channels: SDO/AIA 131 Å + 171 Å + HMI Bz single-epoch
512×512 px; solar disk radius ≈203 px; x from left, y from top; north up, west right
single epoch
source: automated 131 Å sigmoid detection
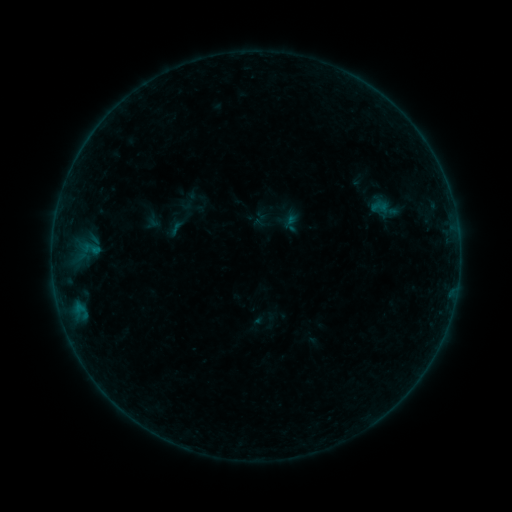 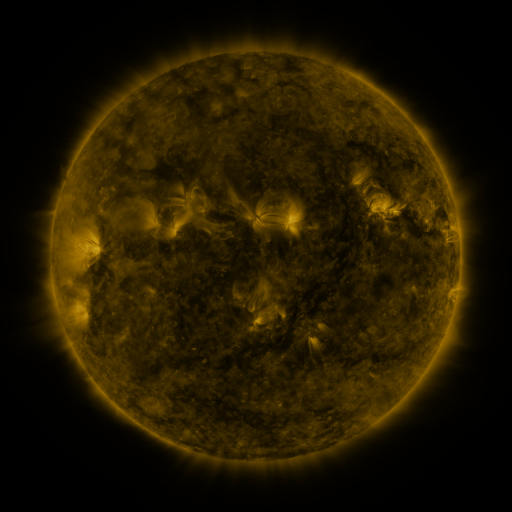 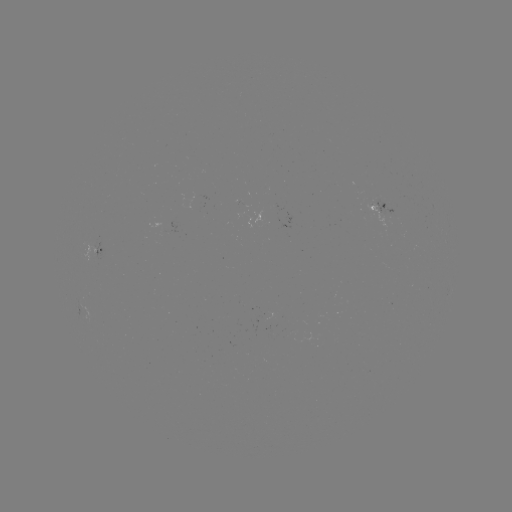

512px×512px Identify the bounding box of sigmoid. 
[368, 199, 389, 215].